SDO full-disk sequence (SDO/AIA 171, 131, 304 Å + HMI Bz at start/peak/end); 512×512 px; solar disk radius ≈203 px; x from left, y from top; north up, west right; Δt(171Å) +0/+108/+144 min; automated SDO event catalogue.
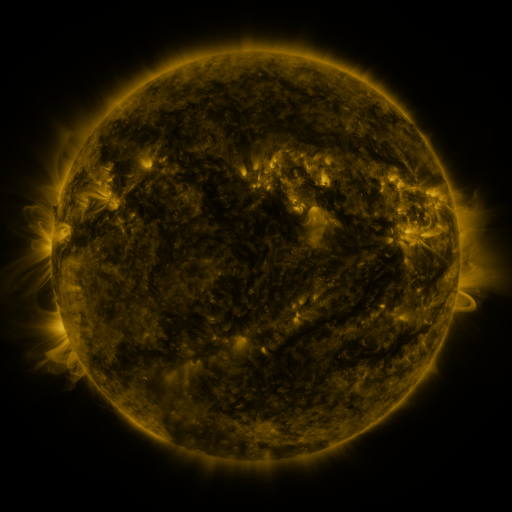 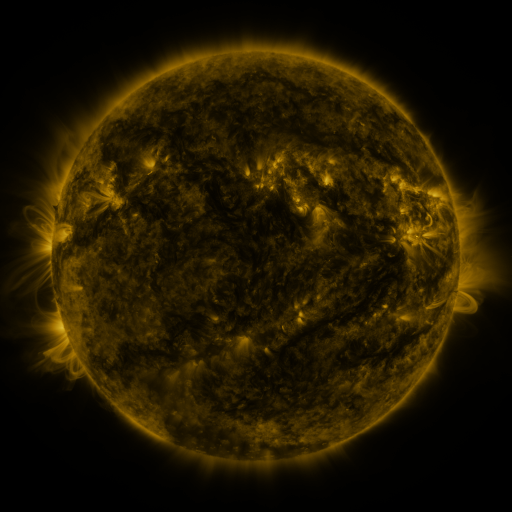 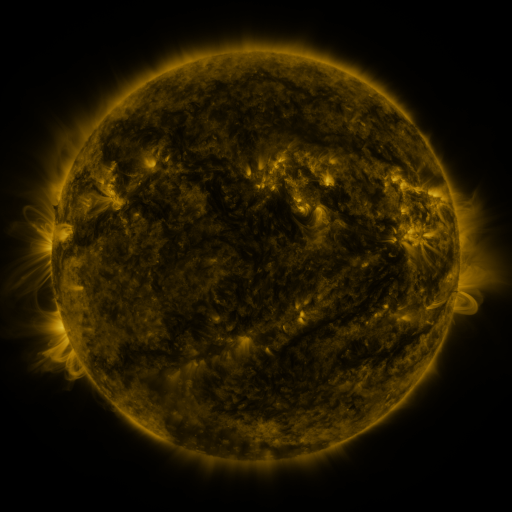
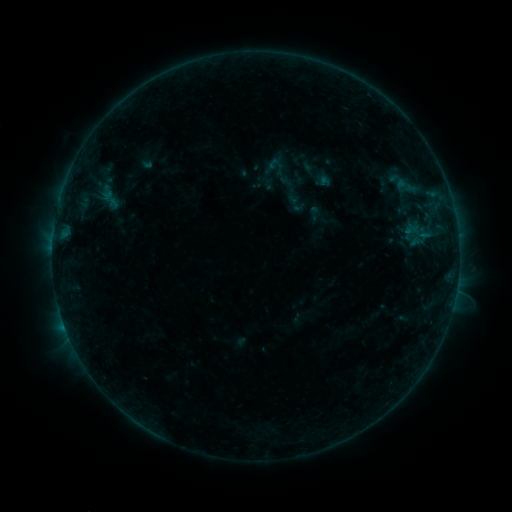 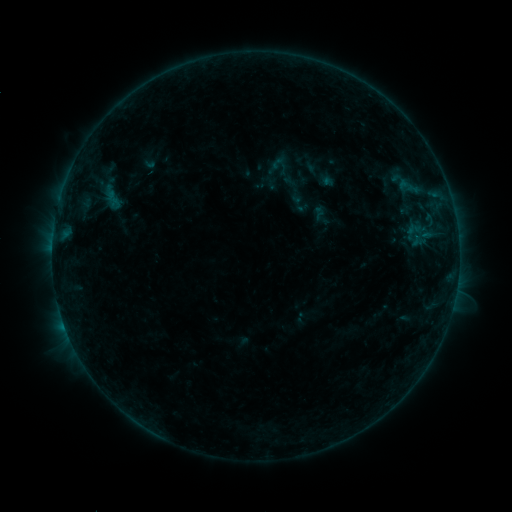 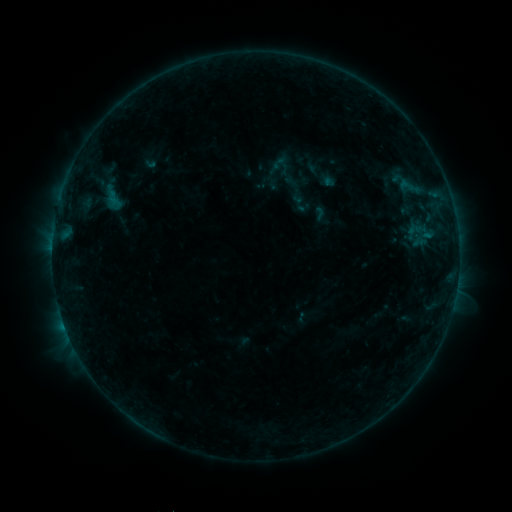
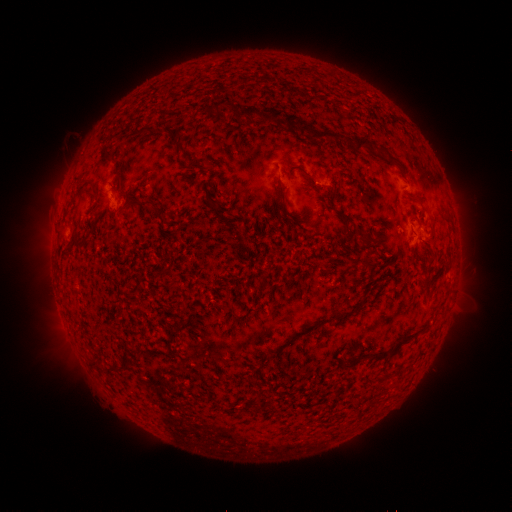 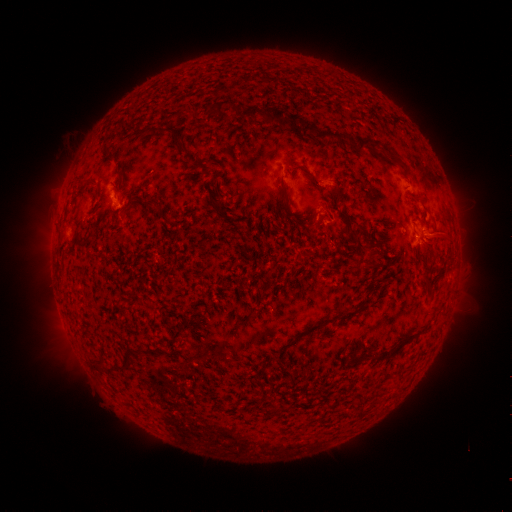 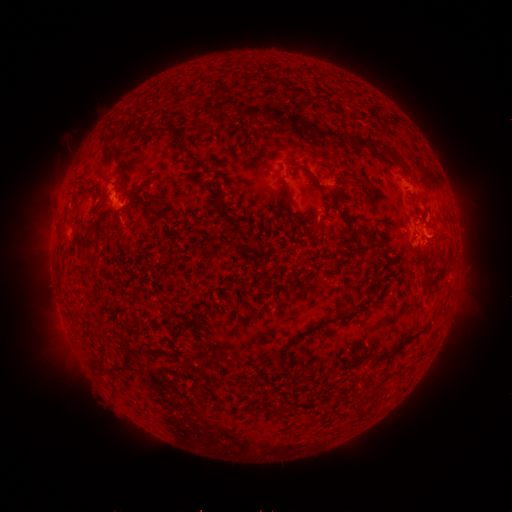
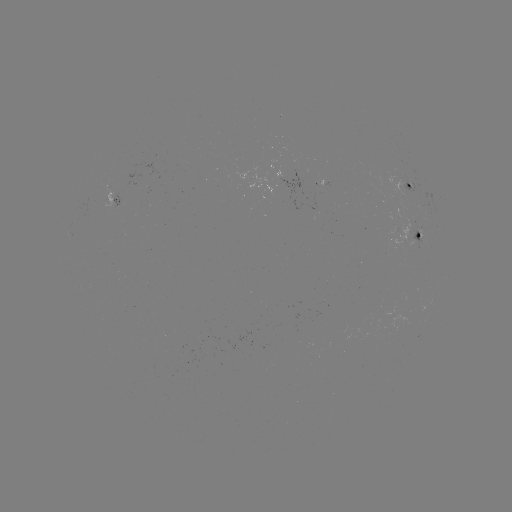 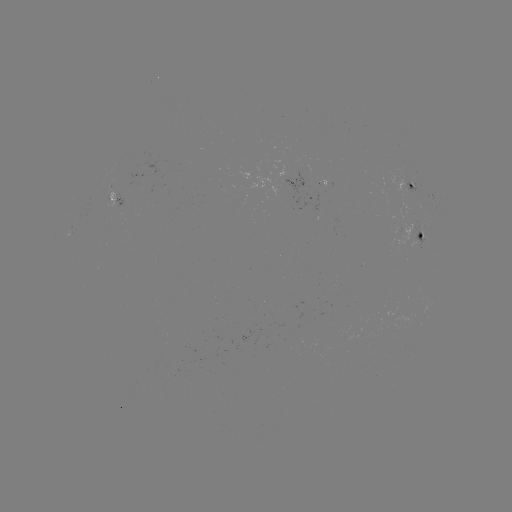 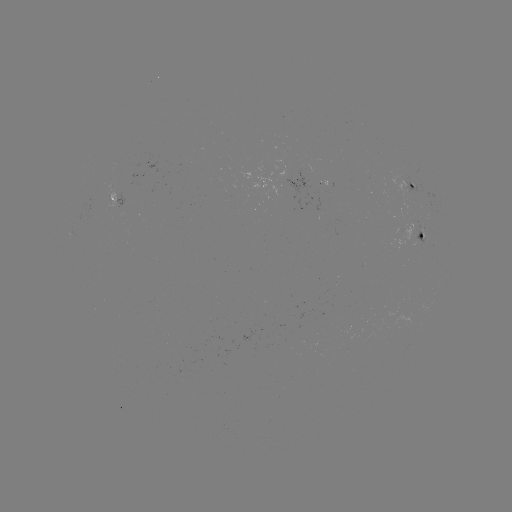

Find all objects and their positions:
emerging-flux region: (110, 199)
